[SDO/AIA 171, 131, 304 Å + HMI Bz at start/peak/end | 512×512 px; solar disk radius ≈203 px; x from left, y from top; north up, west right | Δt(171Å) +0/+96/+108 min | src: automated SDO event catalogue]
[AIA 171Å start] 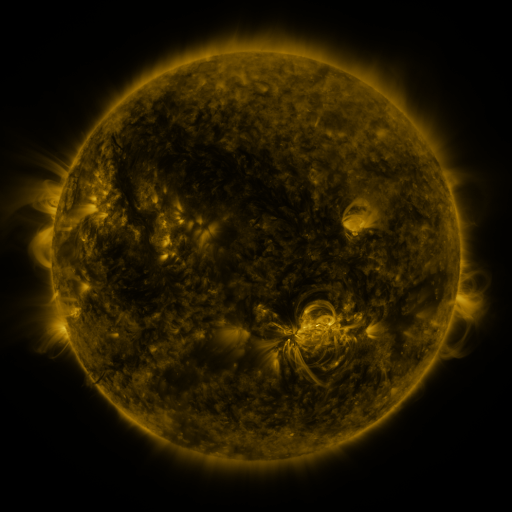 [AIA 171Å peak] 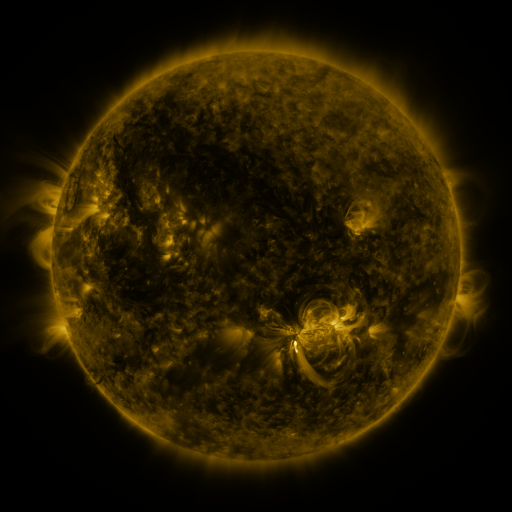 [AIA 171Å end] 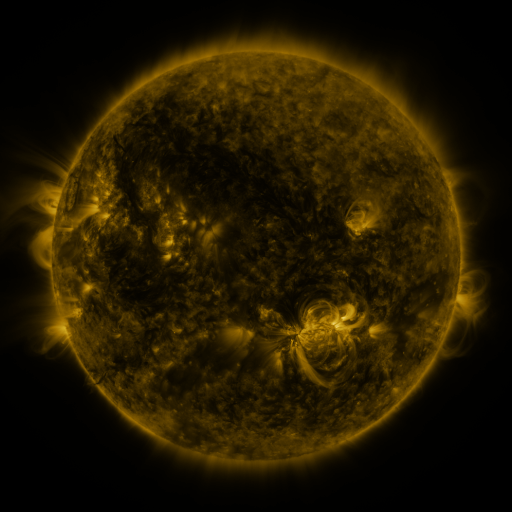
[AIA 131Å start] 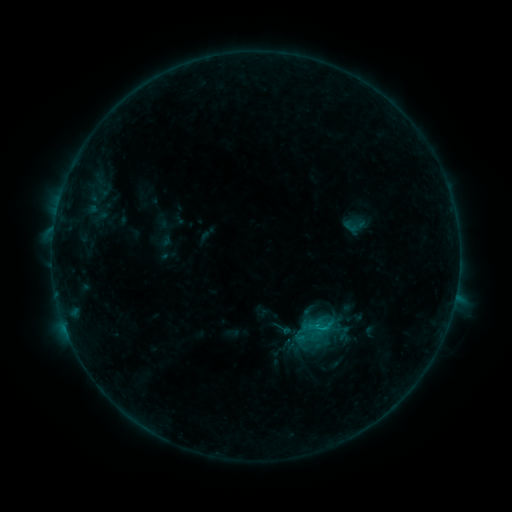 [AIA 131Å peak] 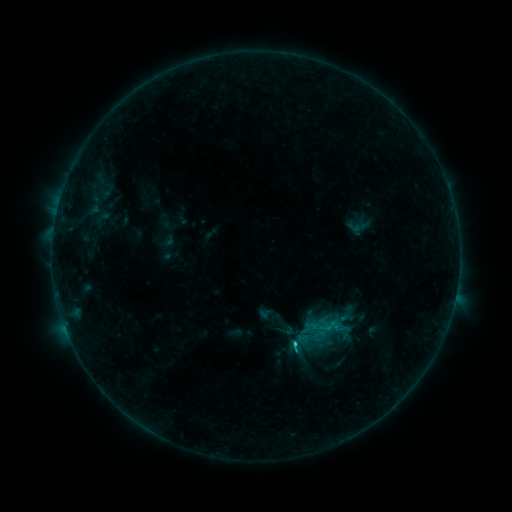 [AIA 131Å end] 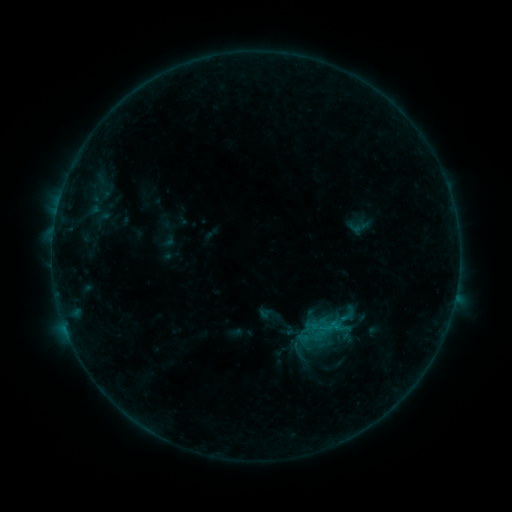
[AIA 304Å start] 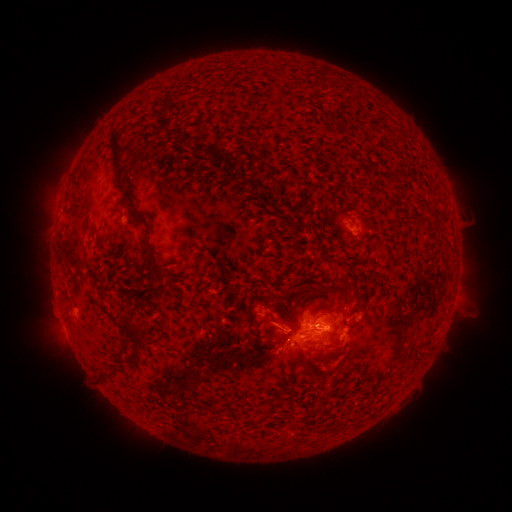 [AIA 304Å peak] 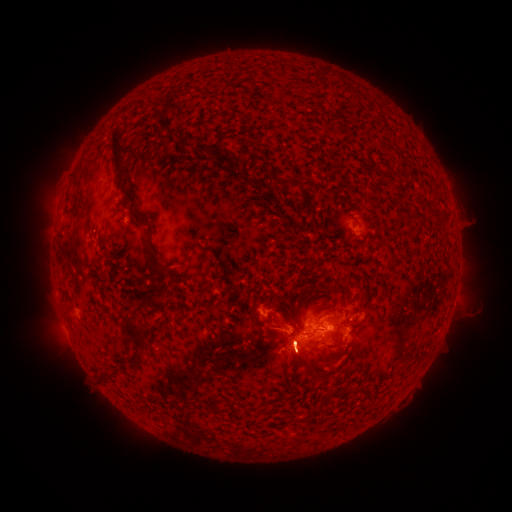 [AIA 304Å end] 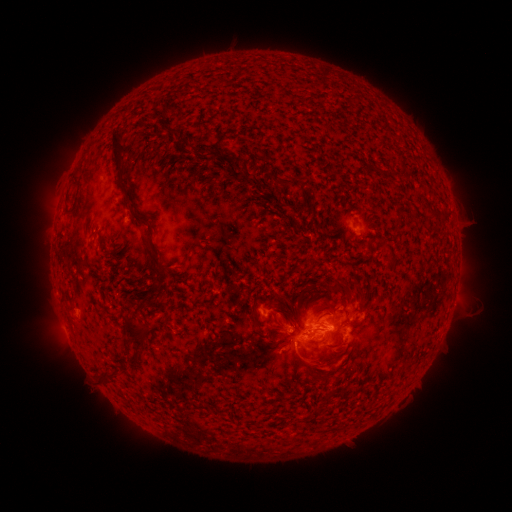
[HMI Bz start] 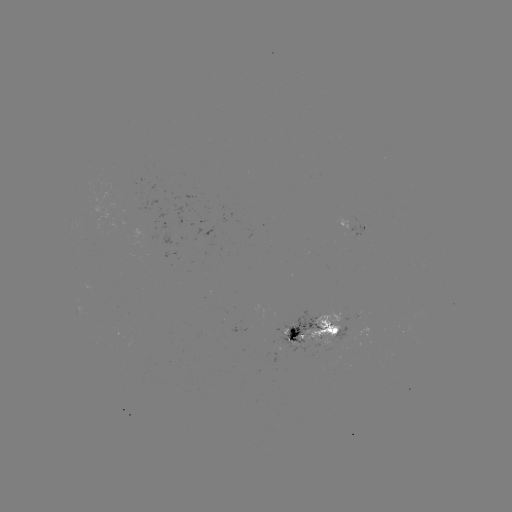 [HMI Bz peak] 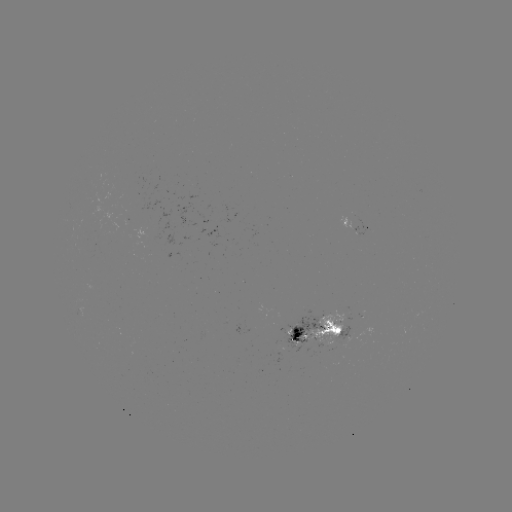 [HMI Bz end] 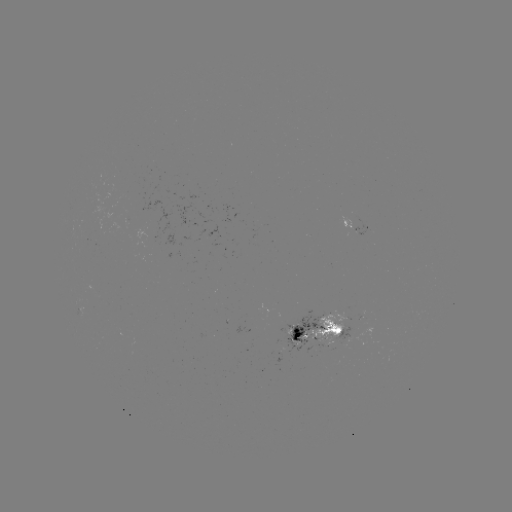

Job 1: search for emerging-flux region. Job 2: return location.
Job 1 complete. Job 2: [341, 322].